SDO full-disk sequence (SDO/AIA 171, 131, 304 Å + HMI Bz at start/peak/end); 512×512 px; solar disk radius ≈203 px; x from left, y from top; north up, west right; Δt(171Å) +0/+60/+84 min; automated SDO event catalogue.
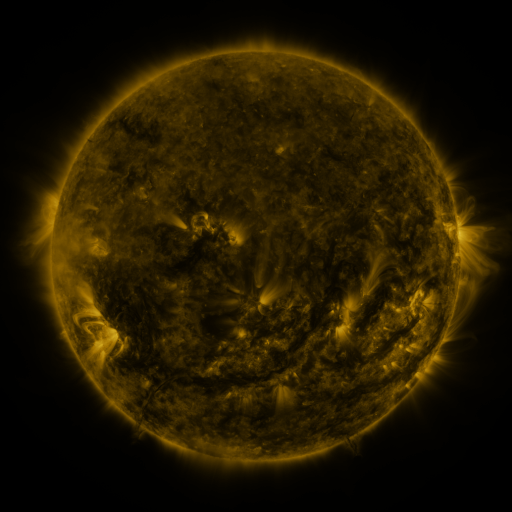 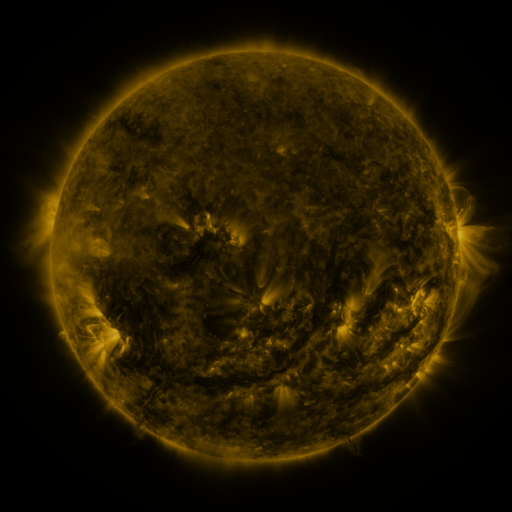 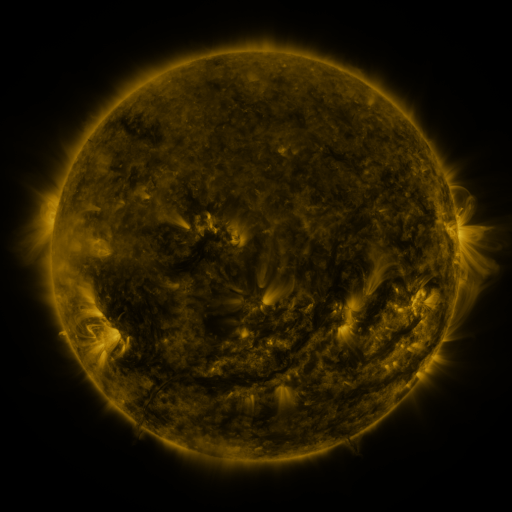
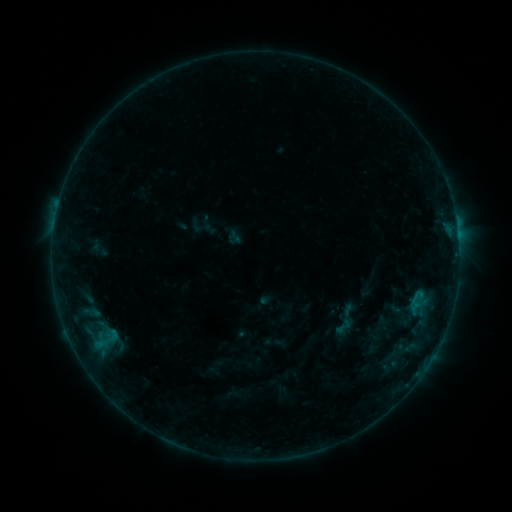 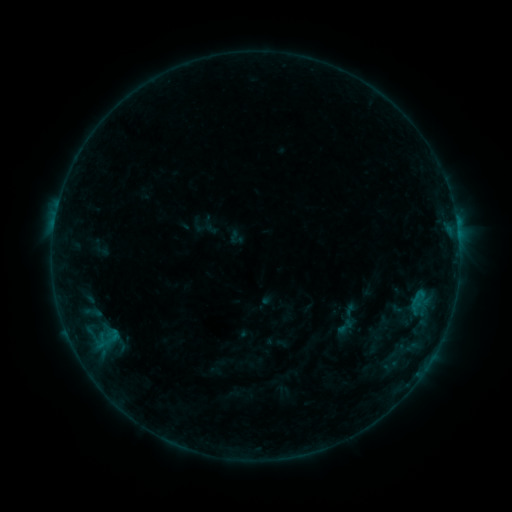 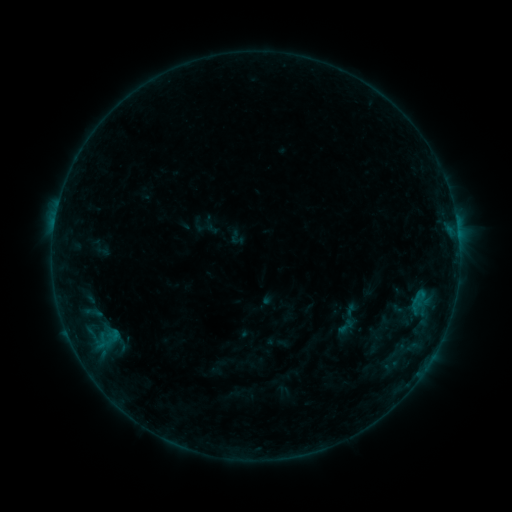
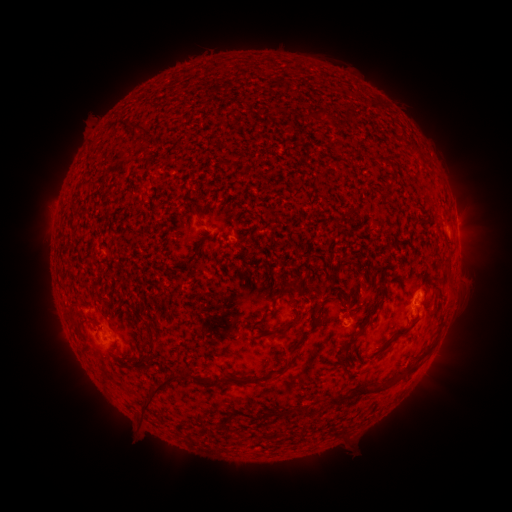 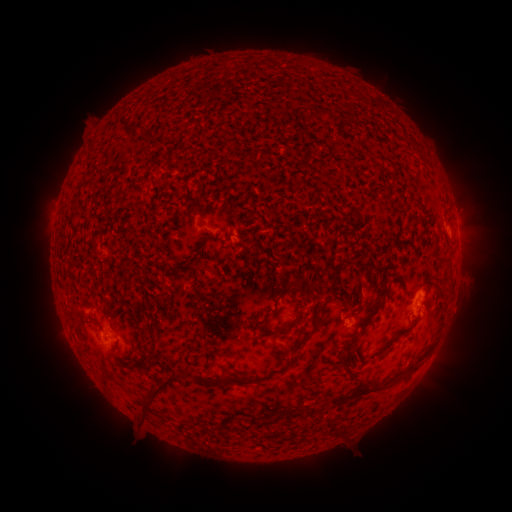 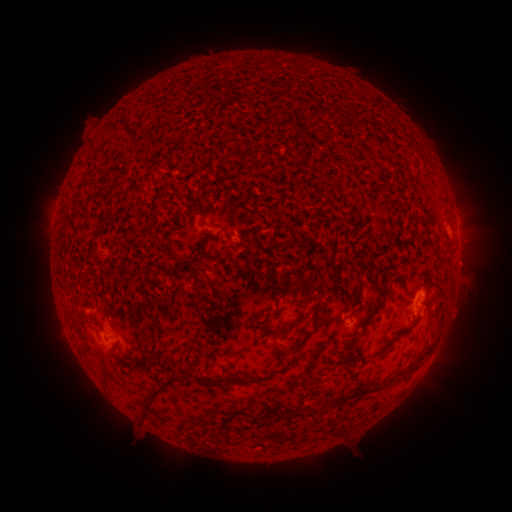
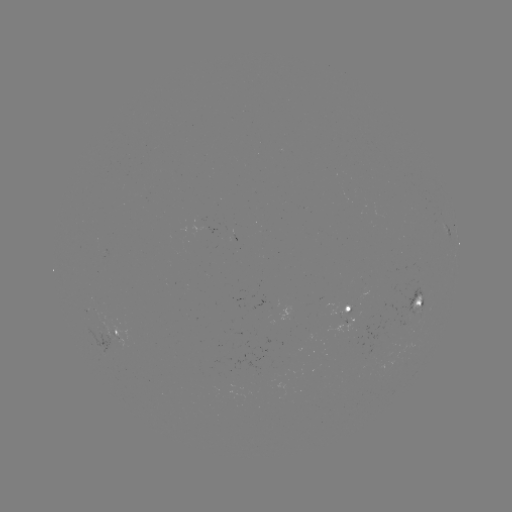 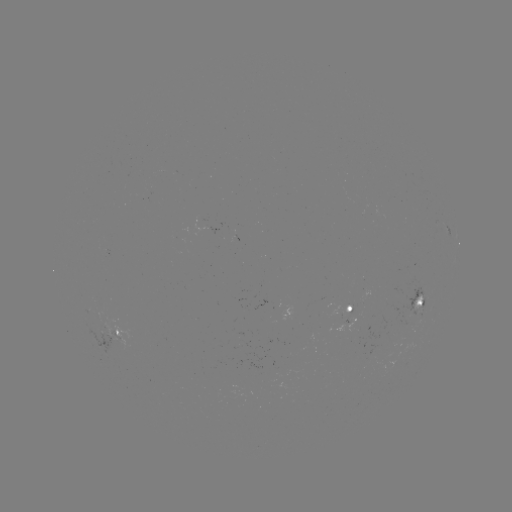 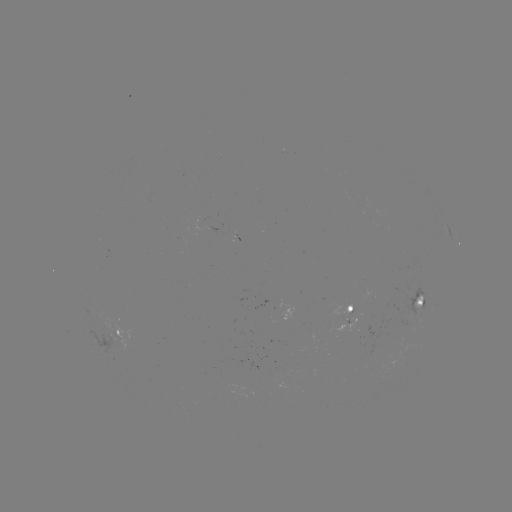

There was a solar emerging-flux region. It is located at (355, 334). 